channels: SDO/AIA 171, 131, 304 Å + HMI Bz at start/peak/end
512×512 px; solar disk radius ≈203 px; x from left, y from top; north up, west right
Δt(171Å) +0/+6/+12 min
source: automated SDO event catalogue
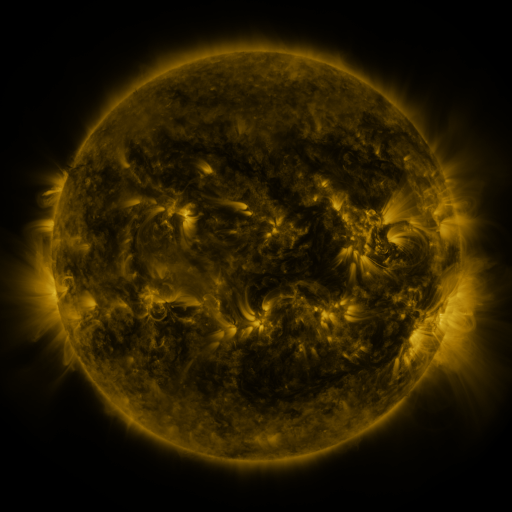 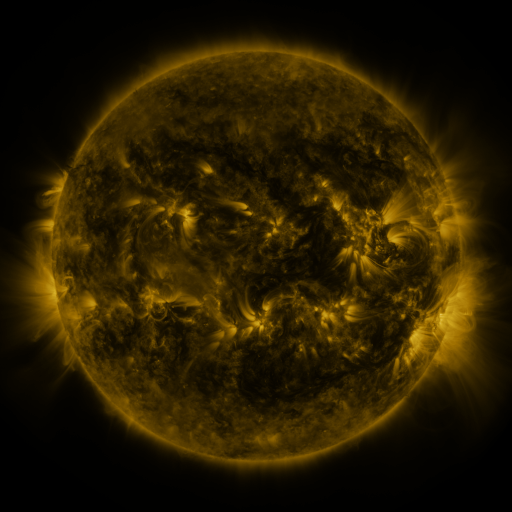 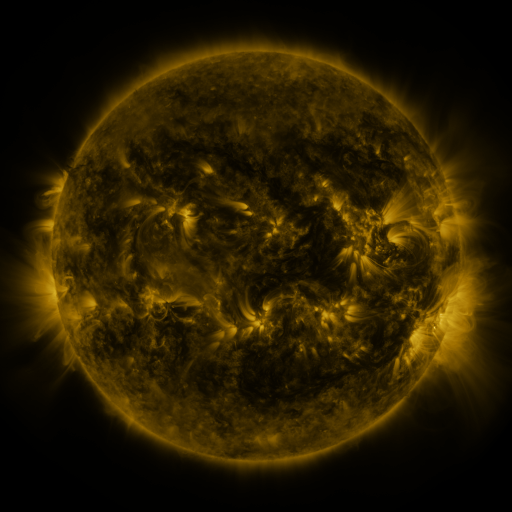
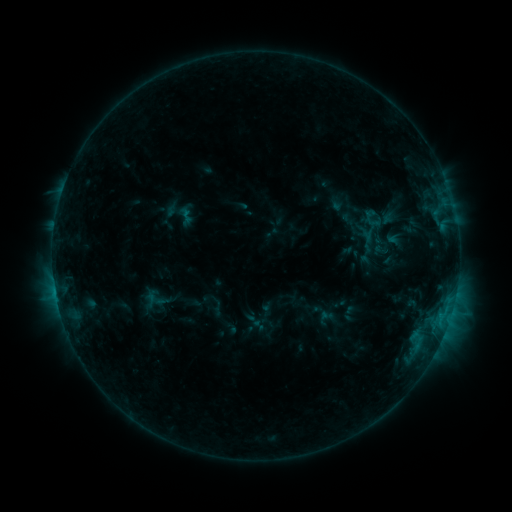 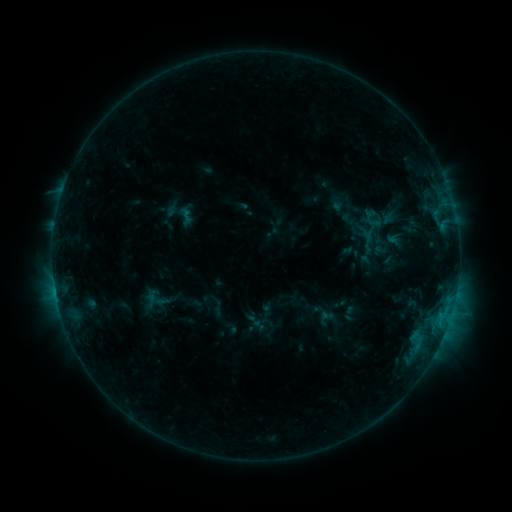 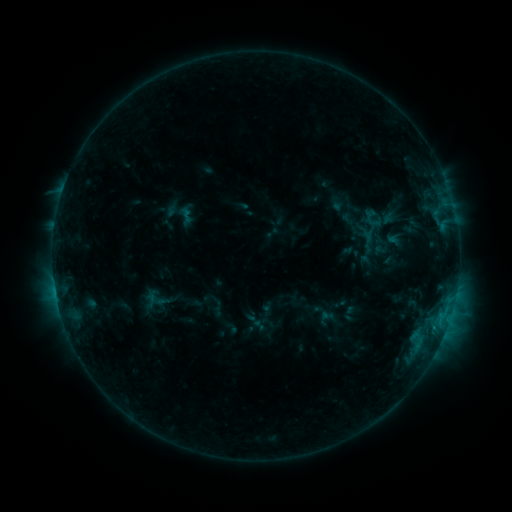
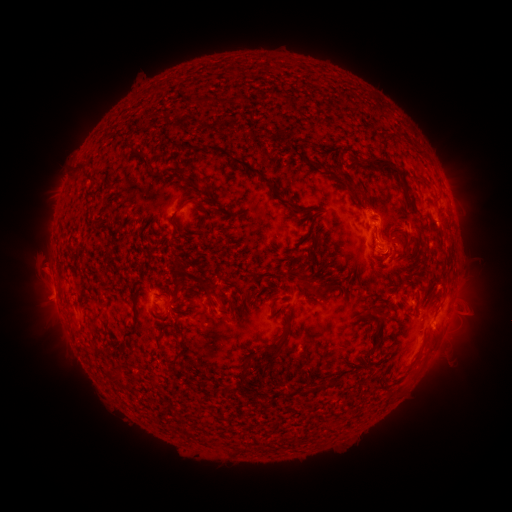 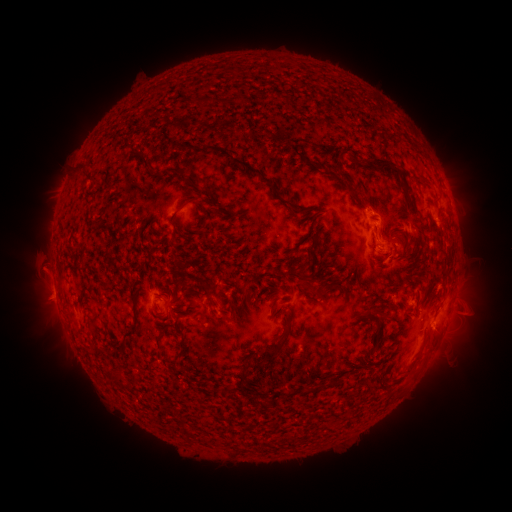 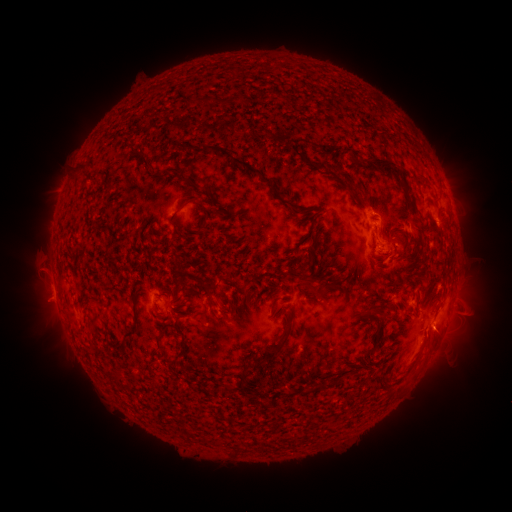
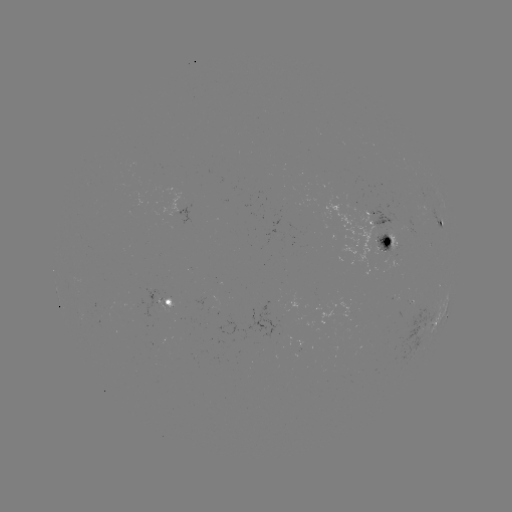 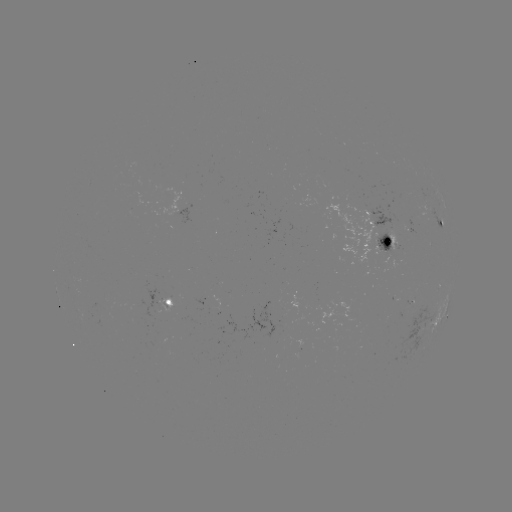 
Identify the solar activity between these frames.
no flare in any classed list; no EUV-trigger detection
